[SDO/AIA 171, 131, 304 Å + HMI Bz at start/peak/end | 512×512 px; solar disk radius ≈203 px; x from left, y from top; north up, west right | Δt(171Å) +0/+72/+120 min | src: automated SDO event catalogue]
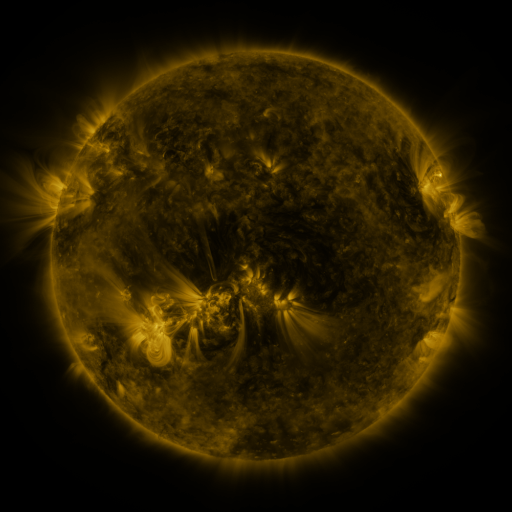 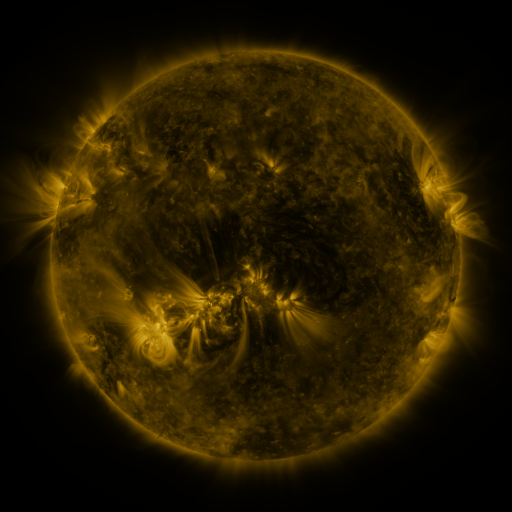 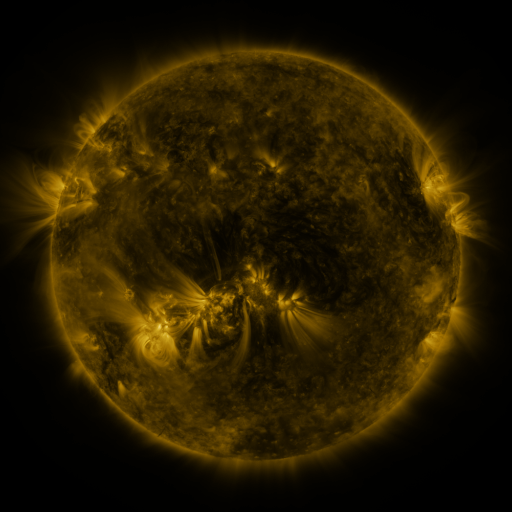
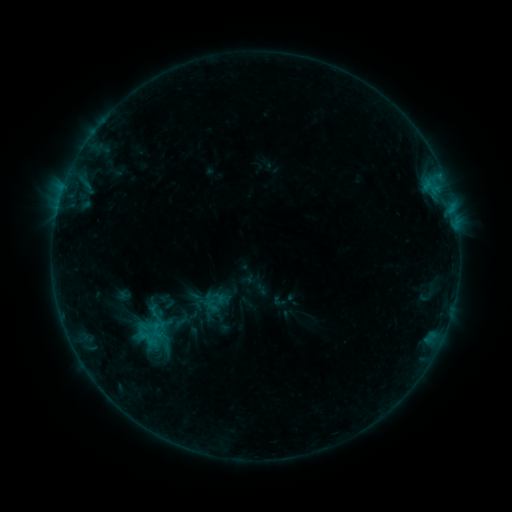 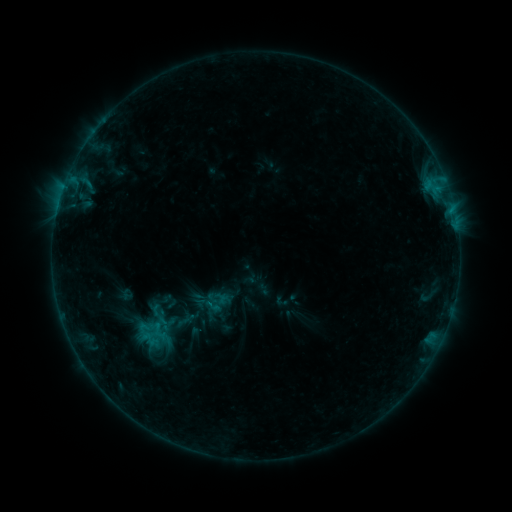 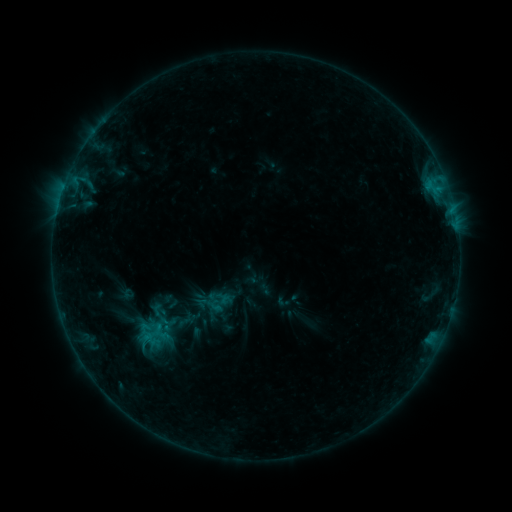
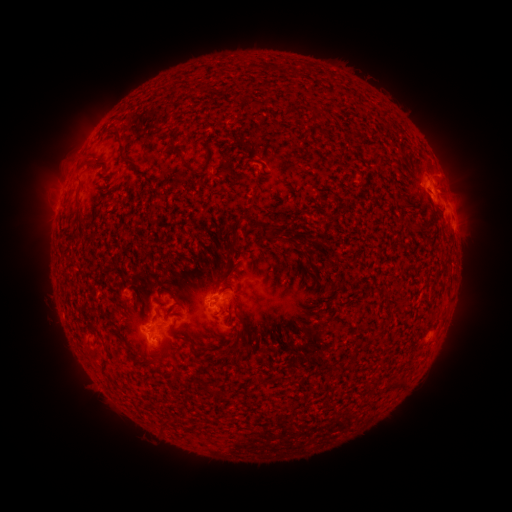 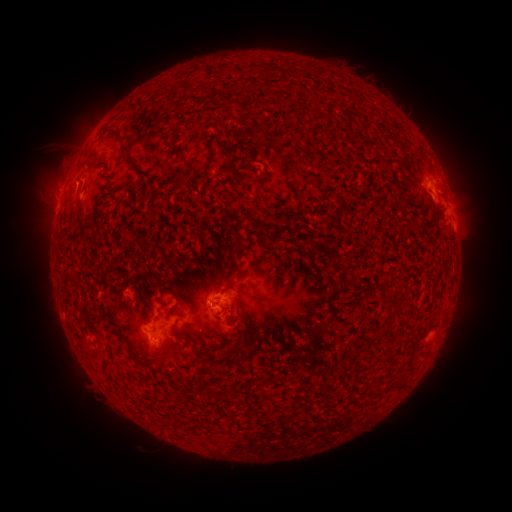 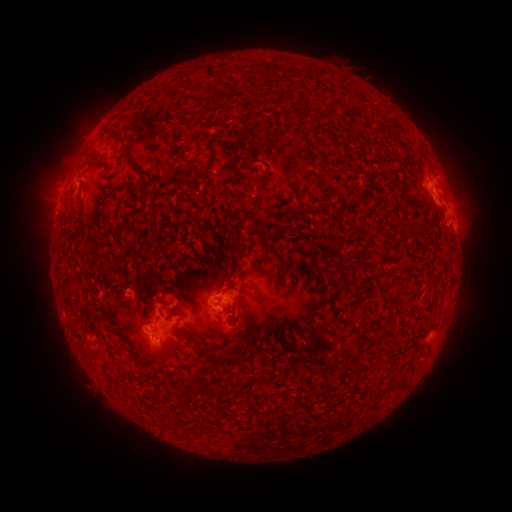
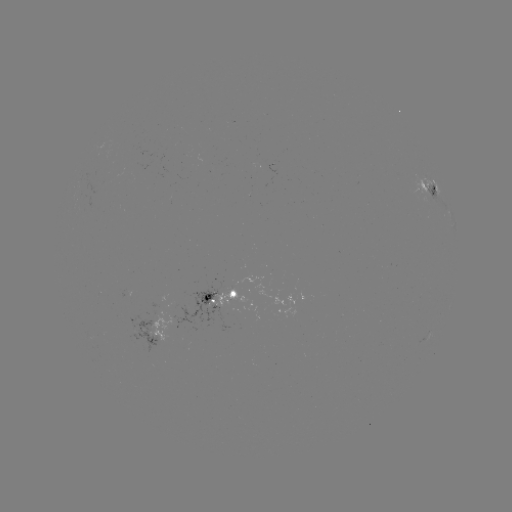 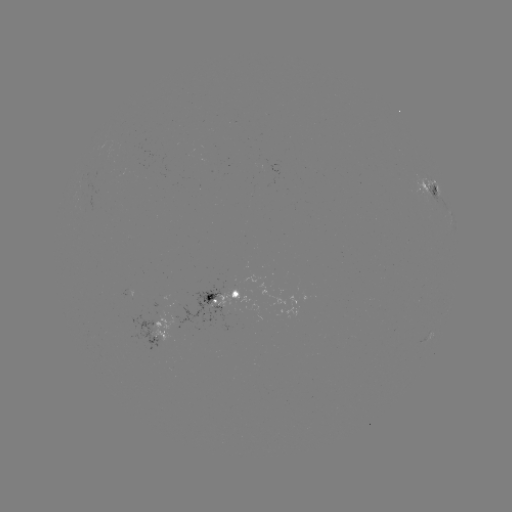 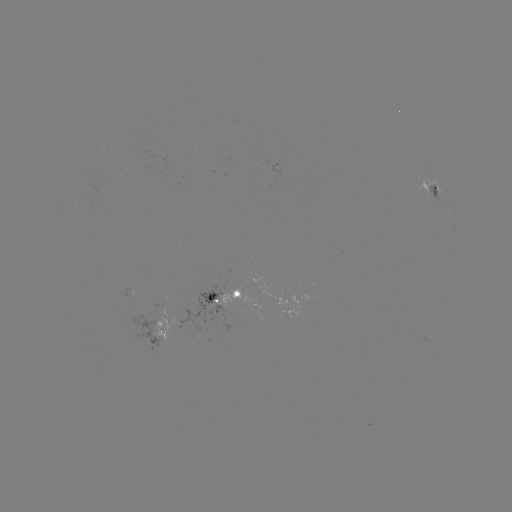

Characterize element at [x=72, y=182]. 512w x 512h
B9.1 flare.